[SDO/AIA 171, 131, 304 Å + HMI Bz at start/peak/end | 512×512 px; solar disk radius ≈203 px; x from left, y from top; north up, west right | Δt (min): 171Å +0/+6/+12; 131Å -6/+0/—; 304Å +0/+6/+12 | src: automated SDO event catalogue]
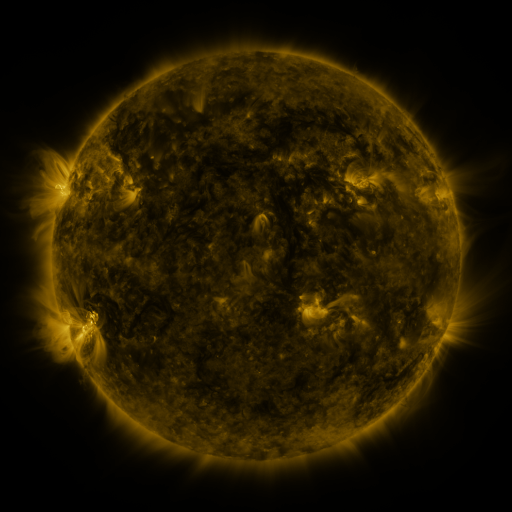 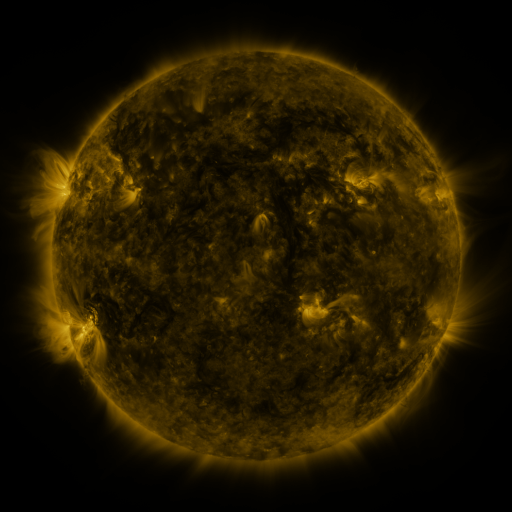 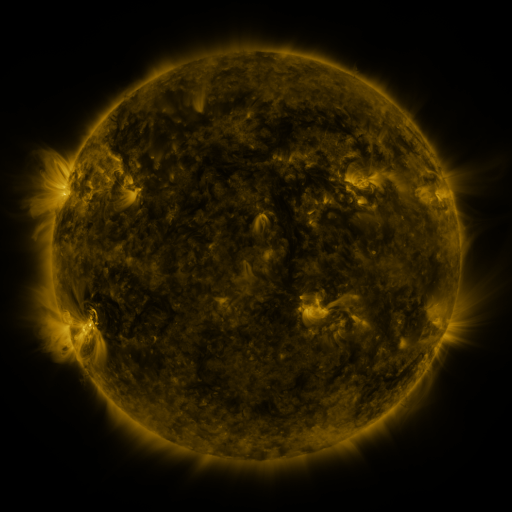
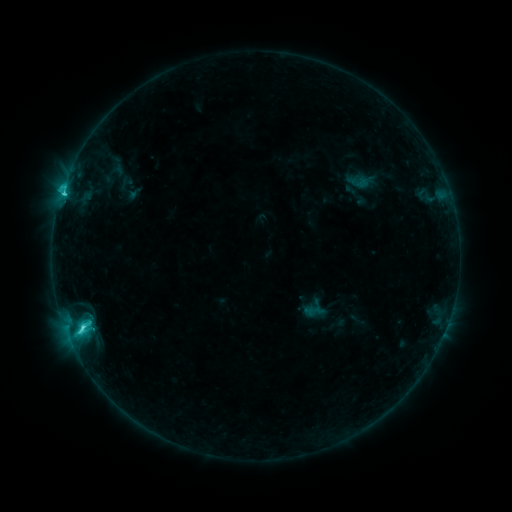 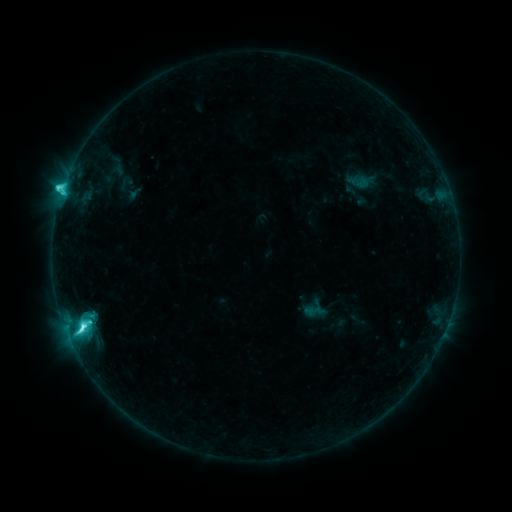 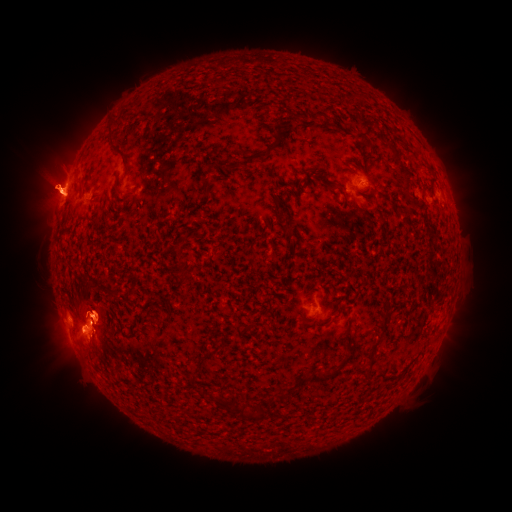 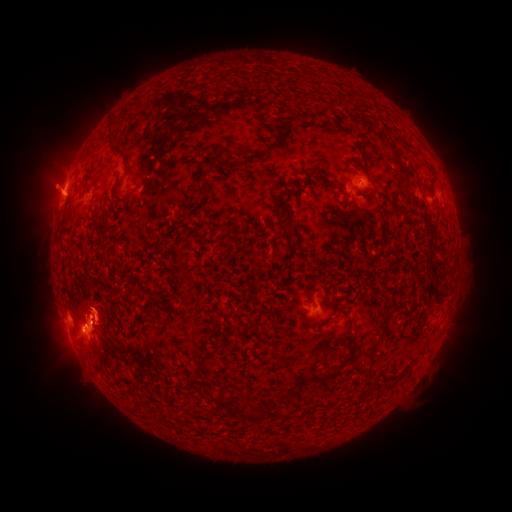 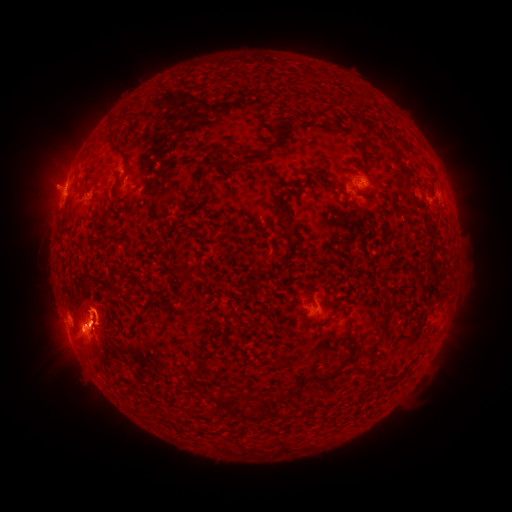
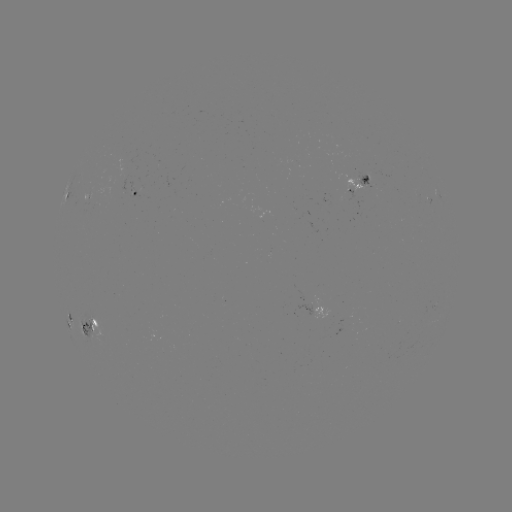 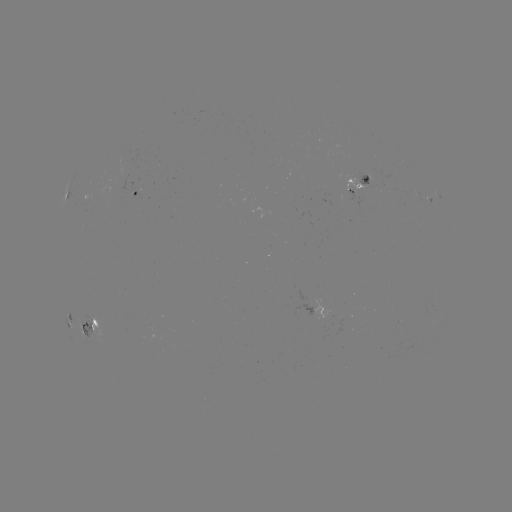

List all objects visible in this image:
eruption: (100, 315)
